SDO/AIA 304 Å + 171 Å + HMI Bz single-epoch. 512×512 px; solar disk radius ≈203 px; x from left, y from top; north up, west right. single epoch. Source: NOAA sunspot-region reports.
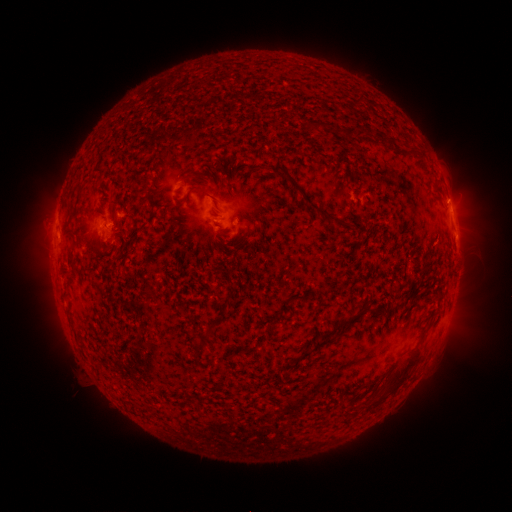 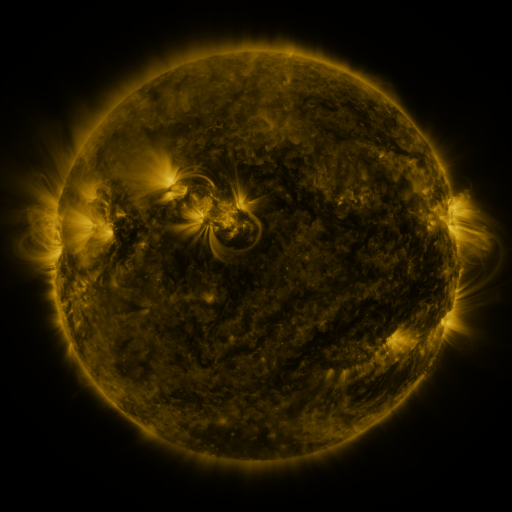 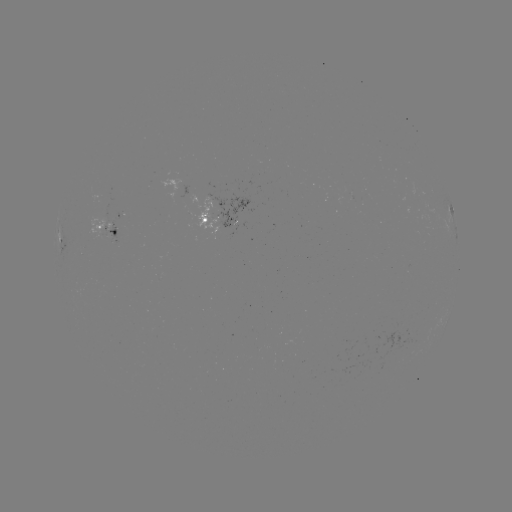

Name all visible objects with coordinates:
spotted active region: (451, 207)
spotted active region: (217, 219)
spotted active region: (111, 224)
spotted active region: (60, 239)
